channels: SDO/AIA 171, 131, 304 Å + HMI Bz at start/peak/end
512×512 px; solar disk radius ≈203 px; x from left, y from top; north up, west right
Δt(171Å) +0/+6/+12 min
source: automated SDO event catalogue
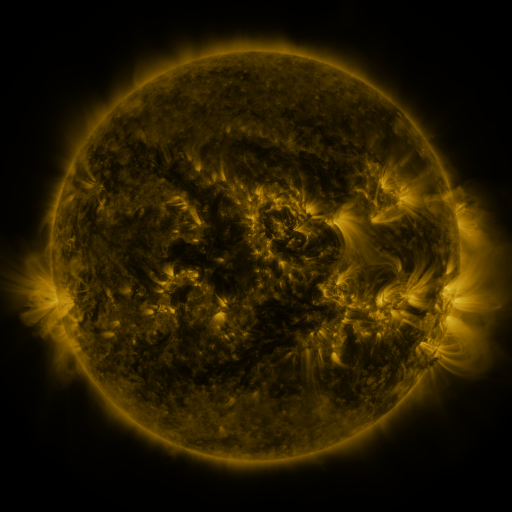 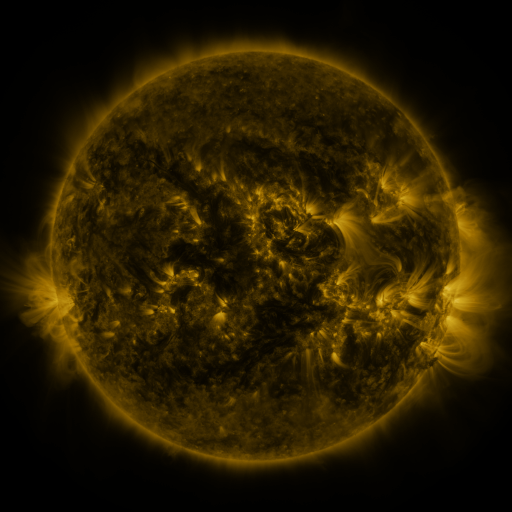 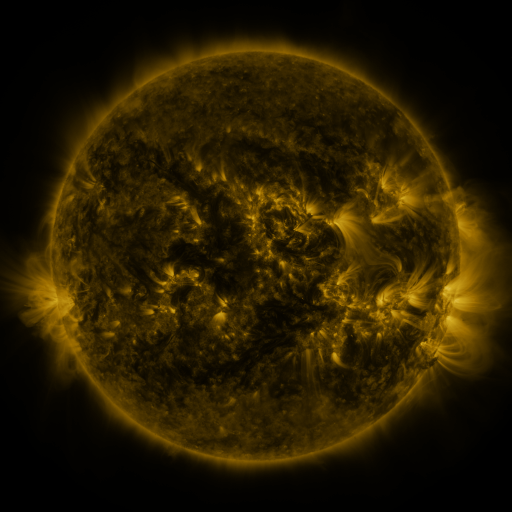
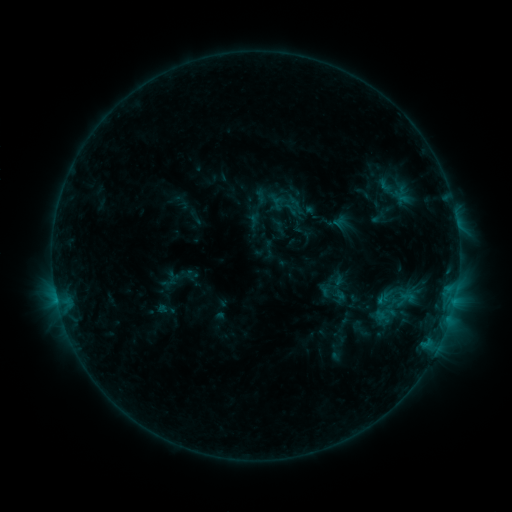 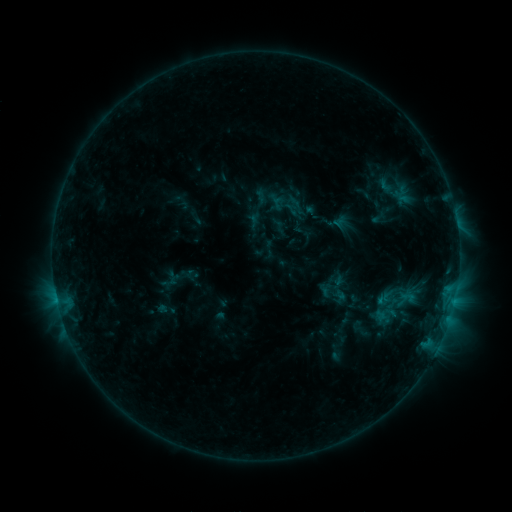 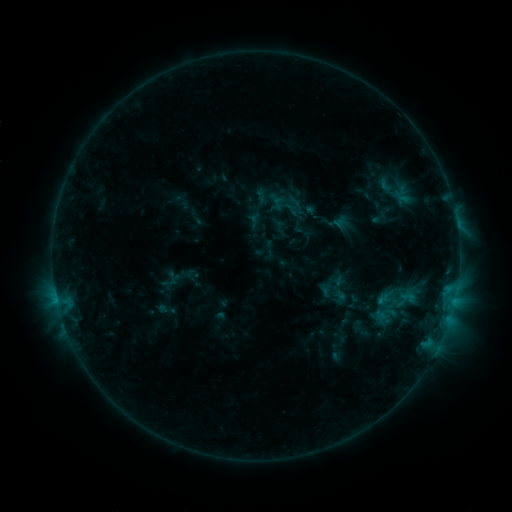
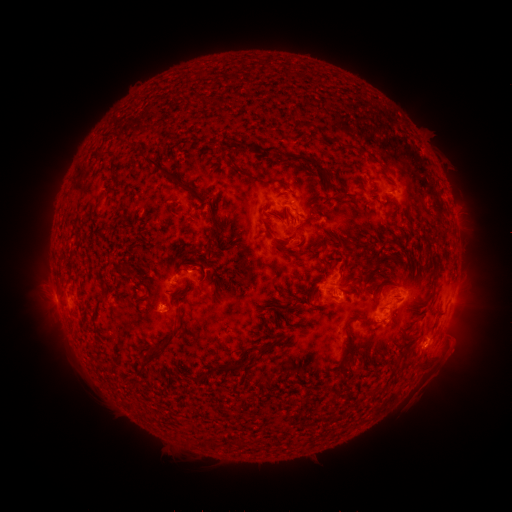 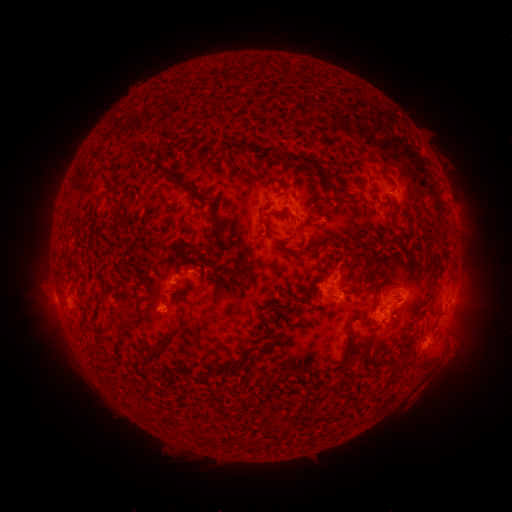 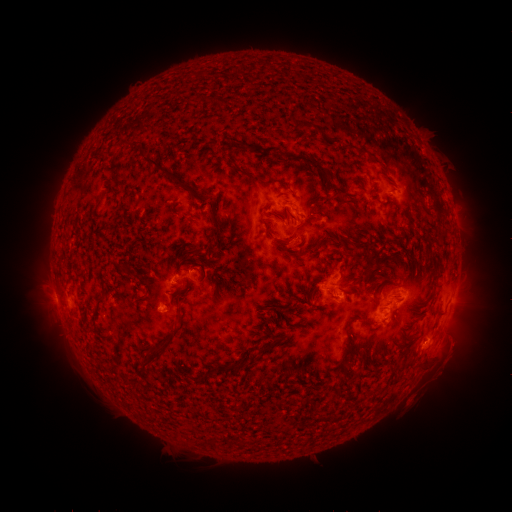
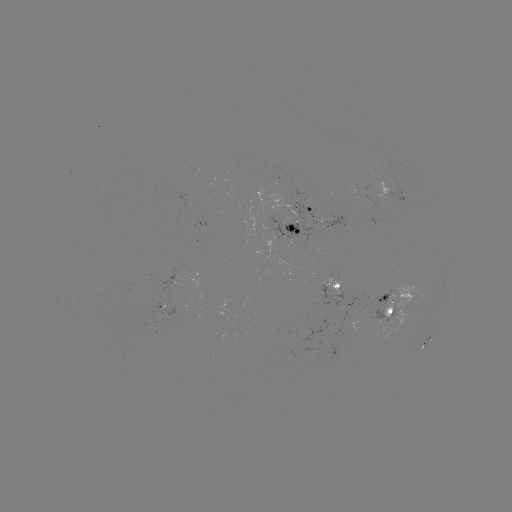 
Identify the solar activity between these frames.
no catalogued flare and no flagged EUV brightening in this window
